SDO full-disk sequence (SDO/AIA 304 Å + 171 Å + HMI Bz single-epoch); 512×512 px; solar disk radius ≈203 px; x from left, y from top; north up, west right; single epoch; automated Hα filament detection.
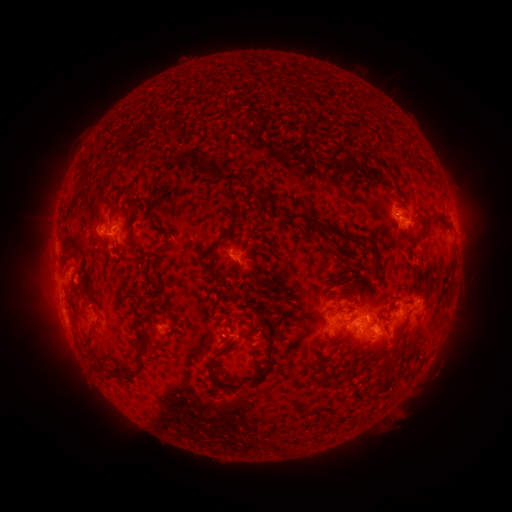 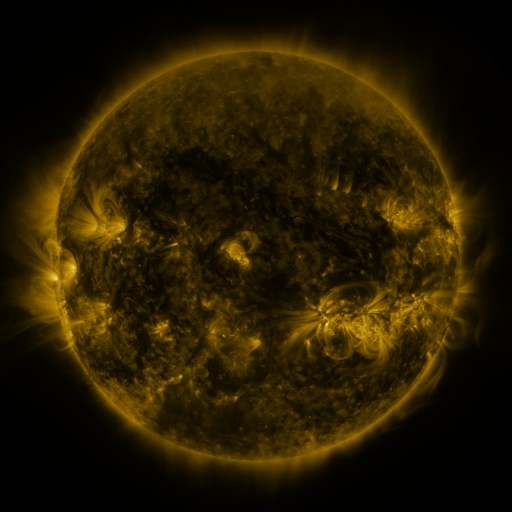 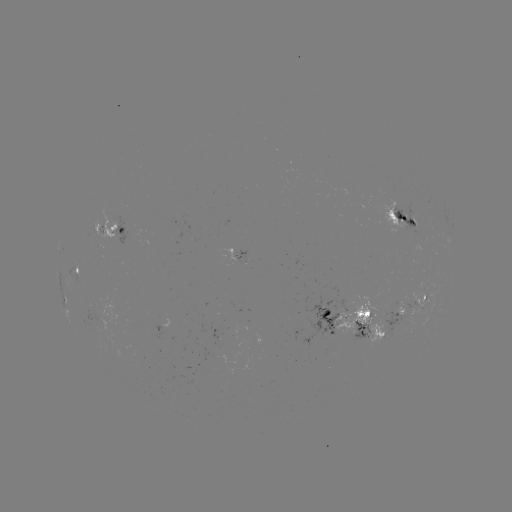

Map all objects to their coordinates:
filament: (344, 127)
filament: (172, 162)
filament: (354, 164)
filament: (381, 165)
filament: (82, 166)
filament: (211, 170)
filament: (238, 180)
filament: (386, 184)
filament: (155, 191)
filament: (411, 192)
filament: (401, 194)
filament: (73, 202)
filament: (429, 216)
filament: (316, 223)
filament: (218, 241)
filament: (75, 244)
filament: (211, 273)
filament: (349, 310)
filament: (173, 316)
filament: (375, 318)
filament: (95, 326)
filament: (400, 332)
filament: (142, 339)
filament: (271, 345)
filament: (388, 363)
filament: (213, 364)
filament: (127, 383)
filament: (219, 385)
